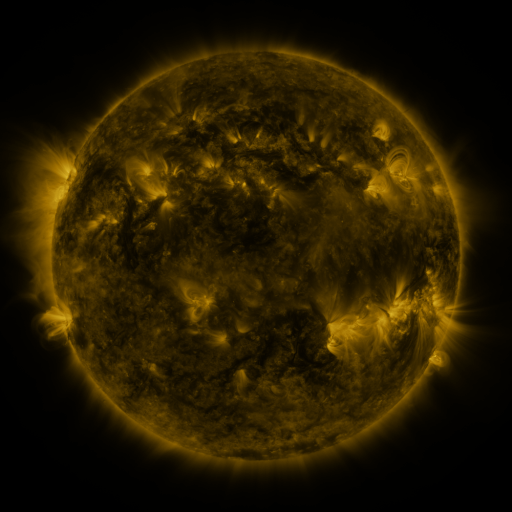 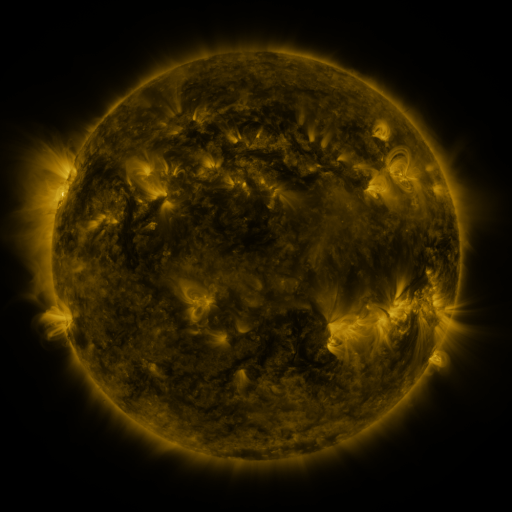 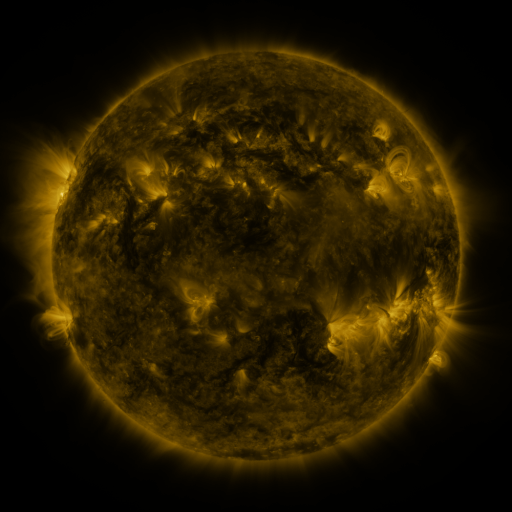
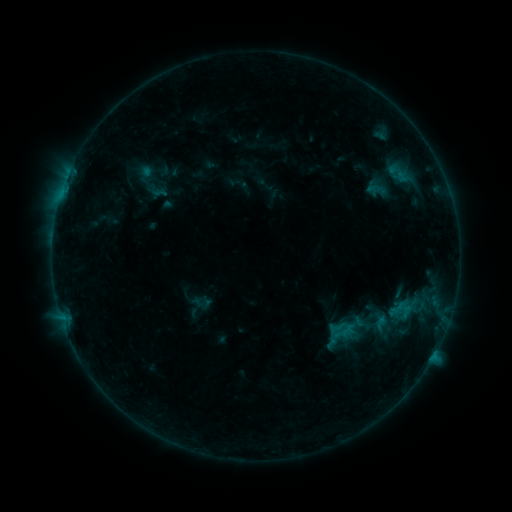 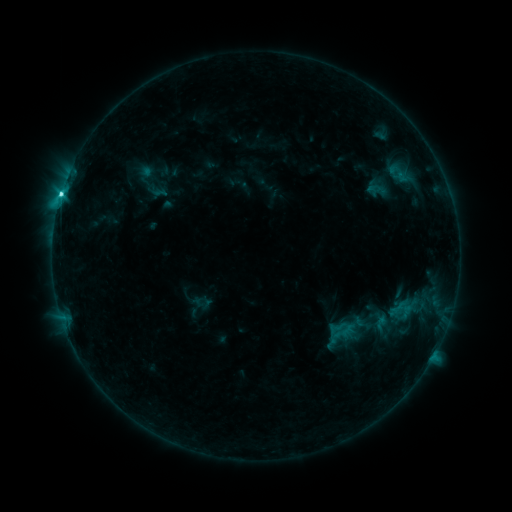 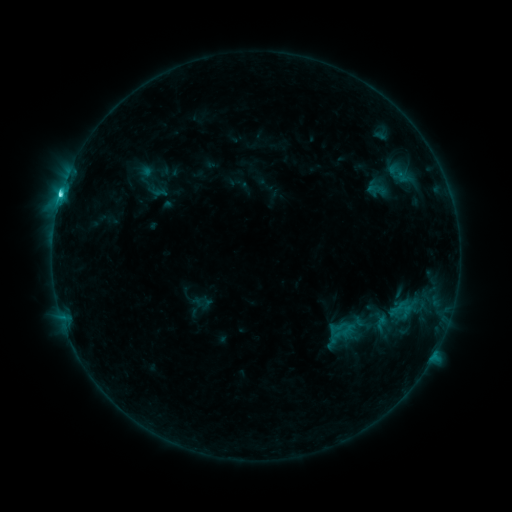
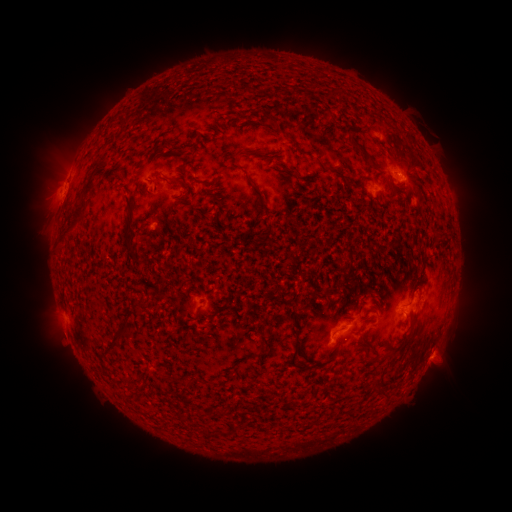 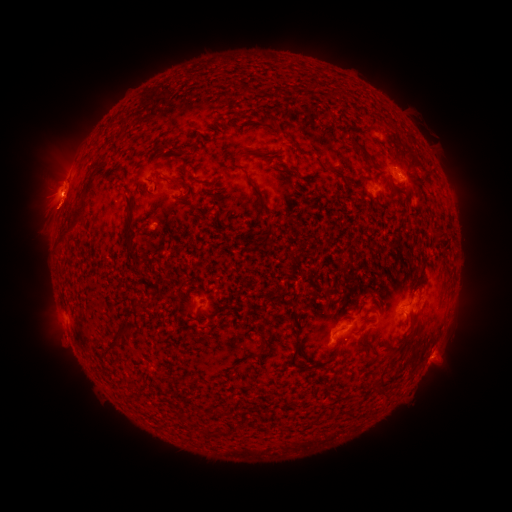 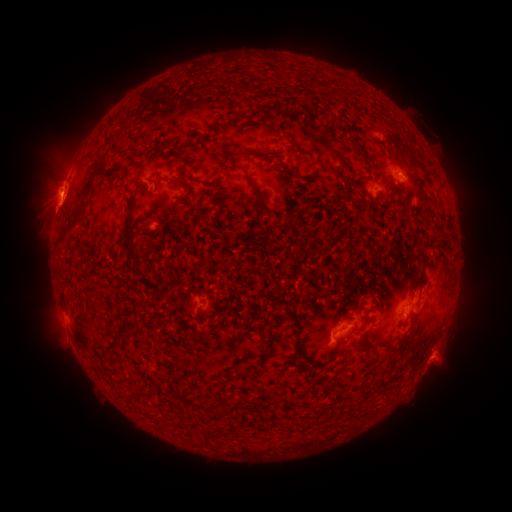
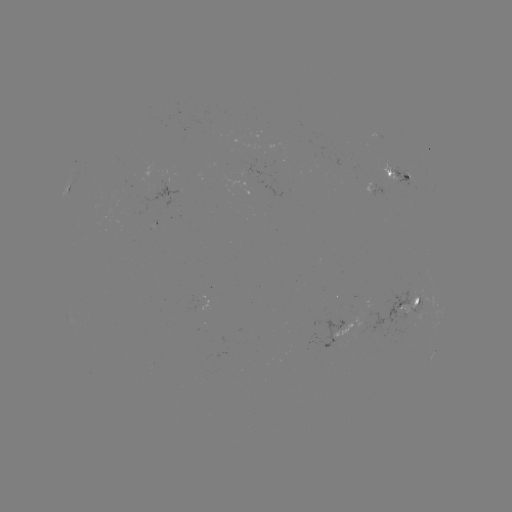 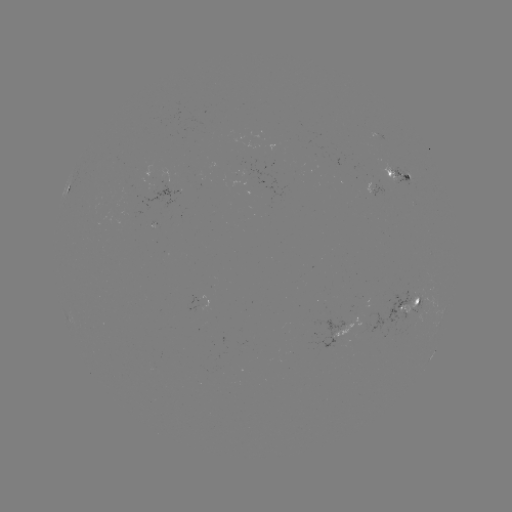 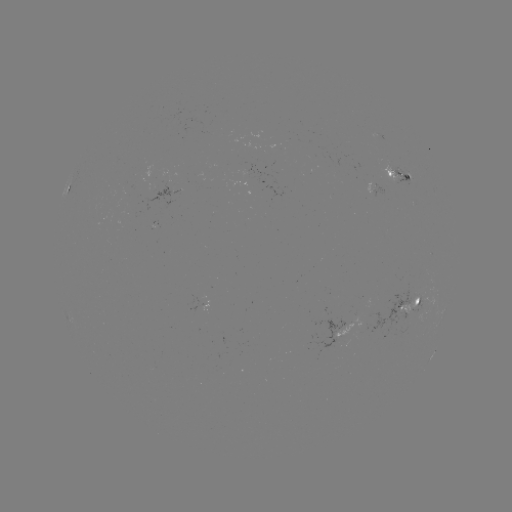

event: flare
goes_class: C3.8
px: (61, 196)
